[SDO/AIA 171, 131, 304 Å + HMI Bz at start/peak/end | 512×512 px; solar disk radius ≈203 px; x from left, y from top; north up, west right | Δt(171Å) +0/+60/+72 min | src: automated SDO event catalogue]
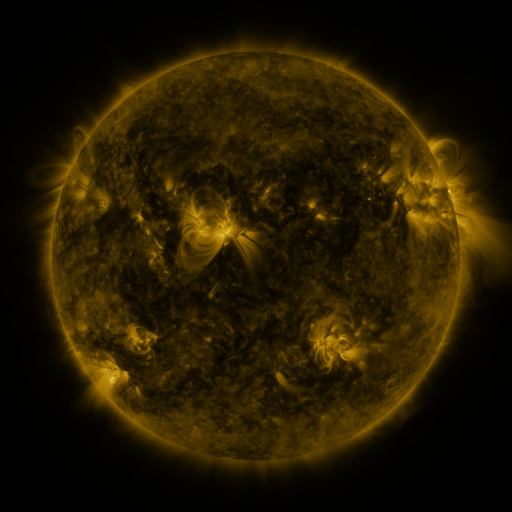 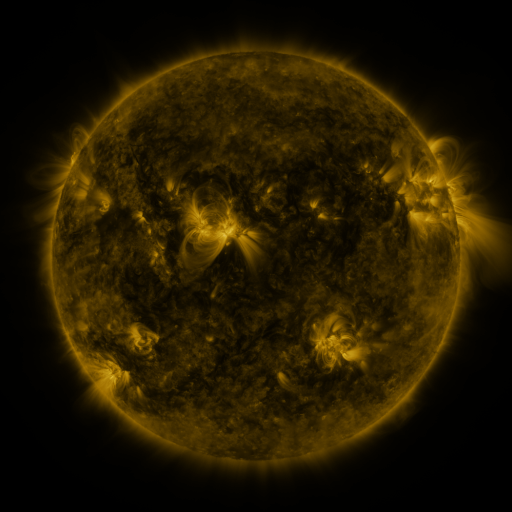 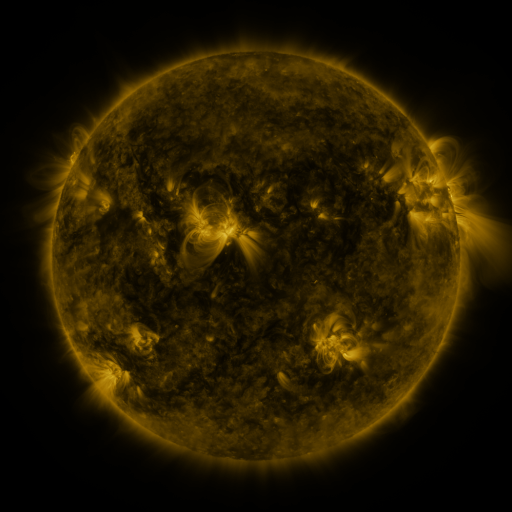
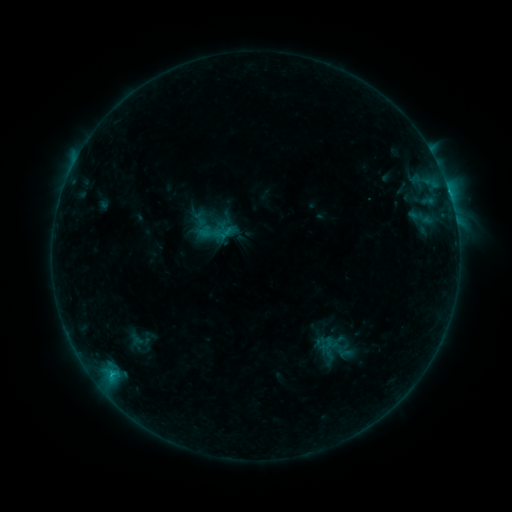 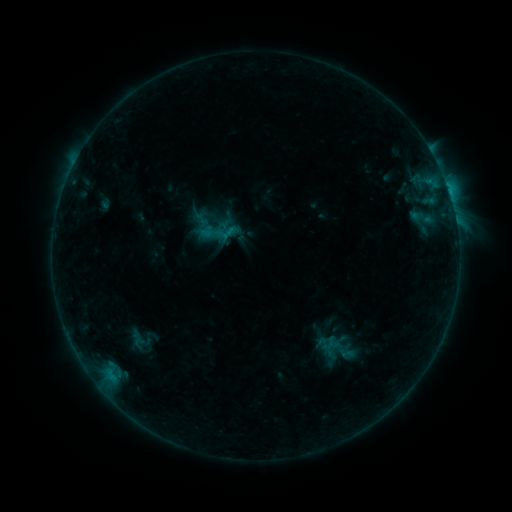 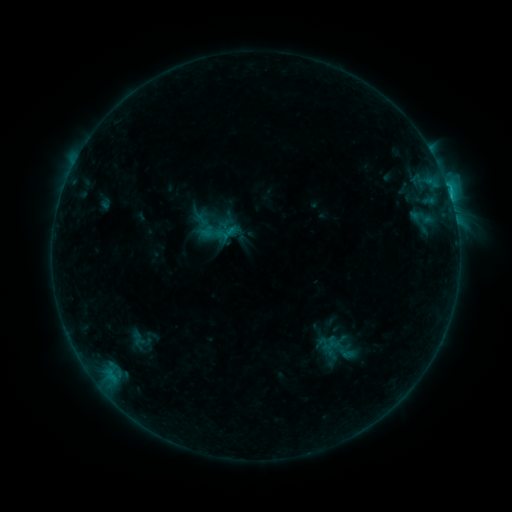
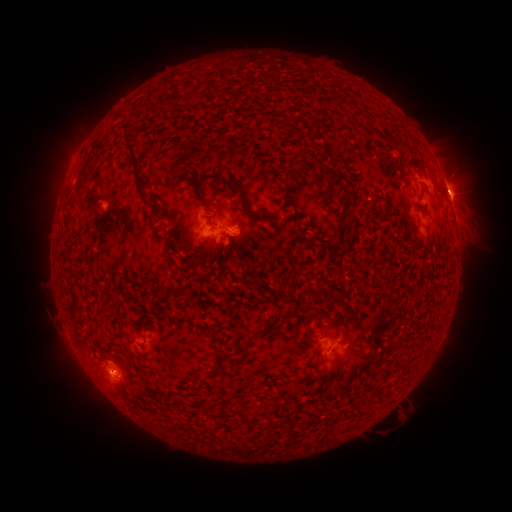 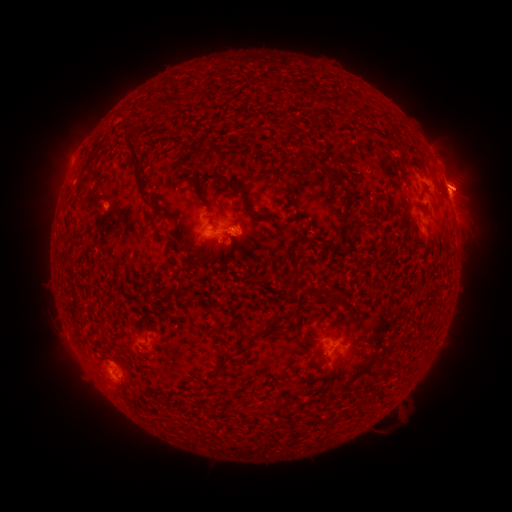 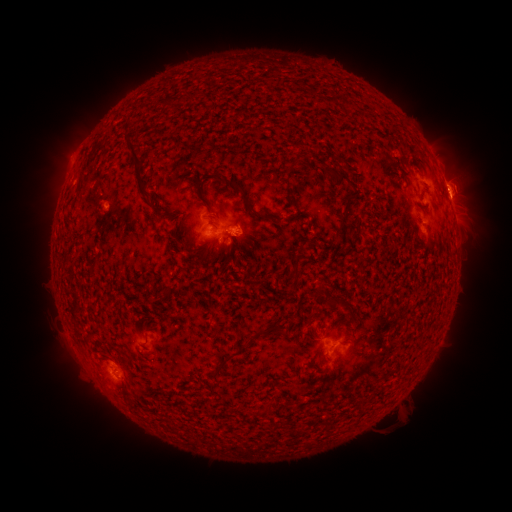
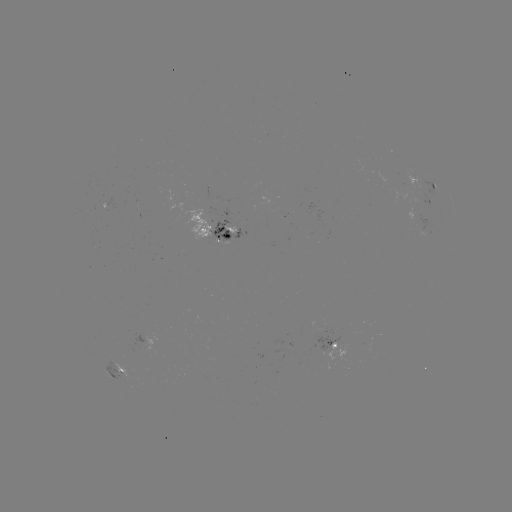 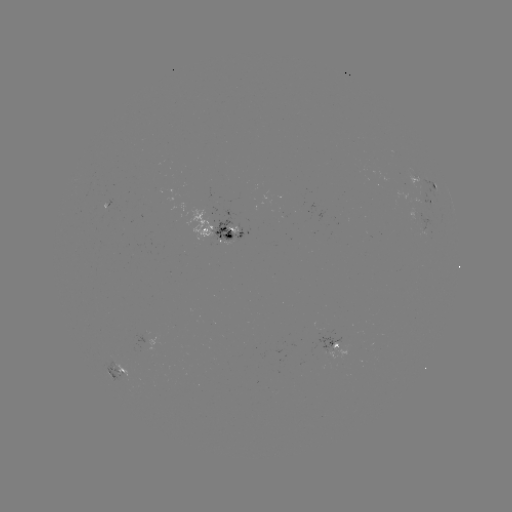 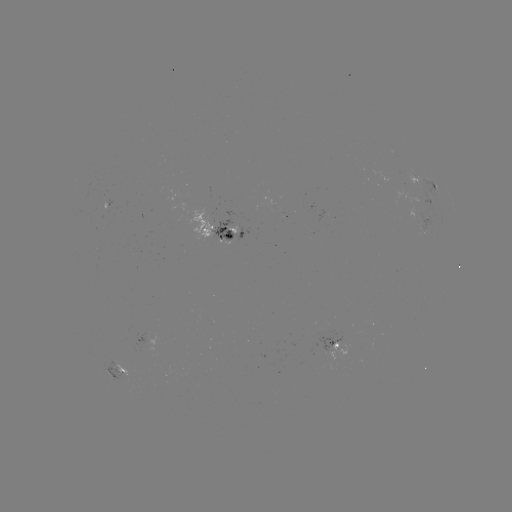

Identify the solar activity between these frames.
emerging-flux region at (106, 208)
